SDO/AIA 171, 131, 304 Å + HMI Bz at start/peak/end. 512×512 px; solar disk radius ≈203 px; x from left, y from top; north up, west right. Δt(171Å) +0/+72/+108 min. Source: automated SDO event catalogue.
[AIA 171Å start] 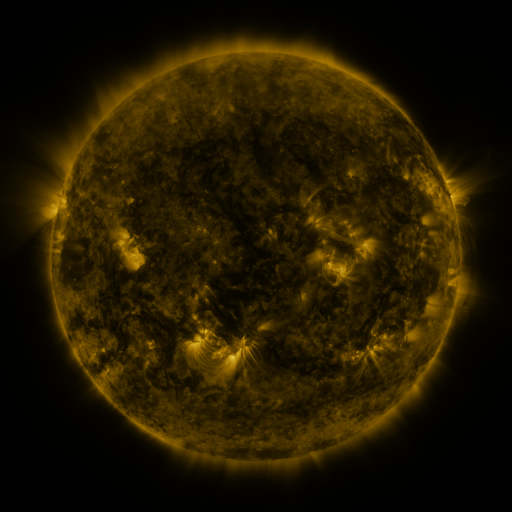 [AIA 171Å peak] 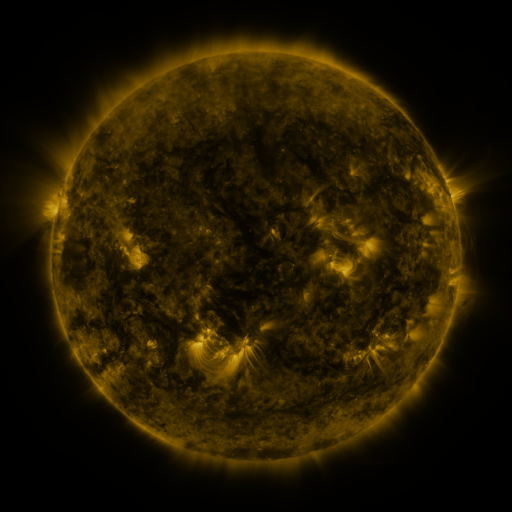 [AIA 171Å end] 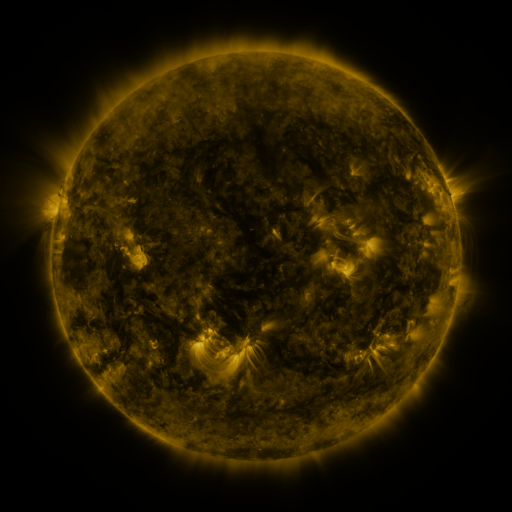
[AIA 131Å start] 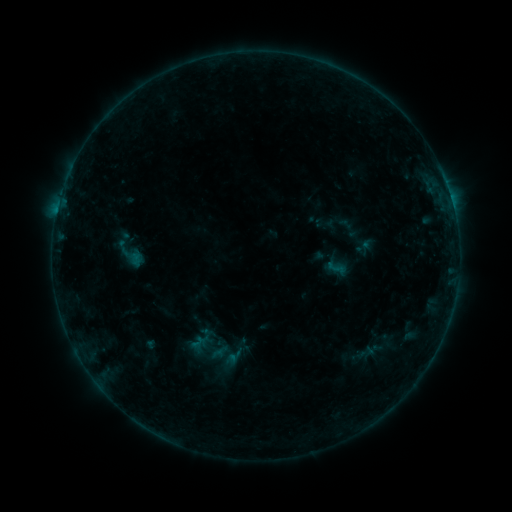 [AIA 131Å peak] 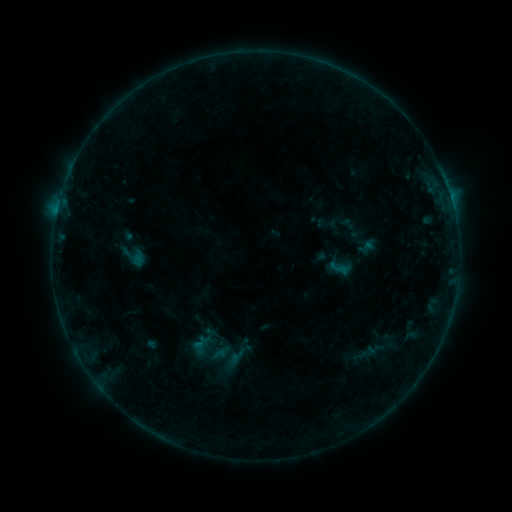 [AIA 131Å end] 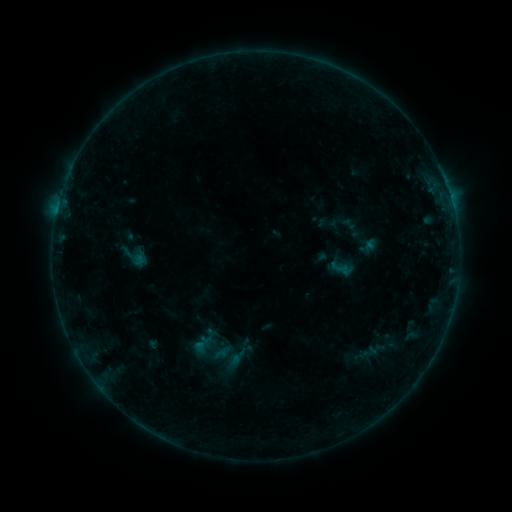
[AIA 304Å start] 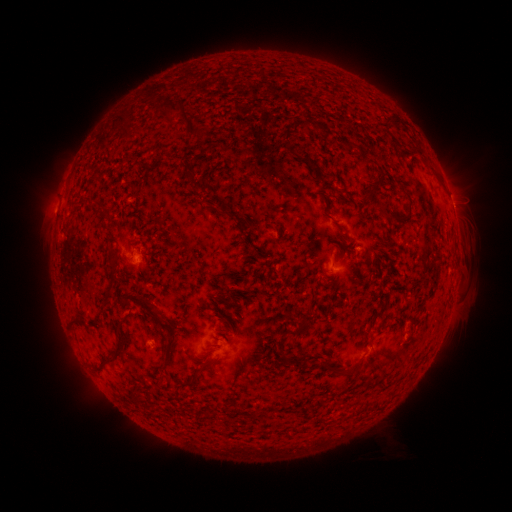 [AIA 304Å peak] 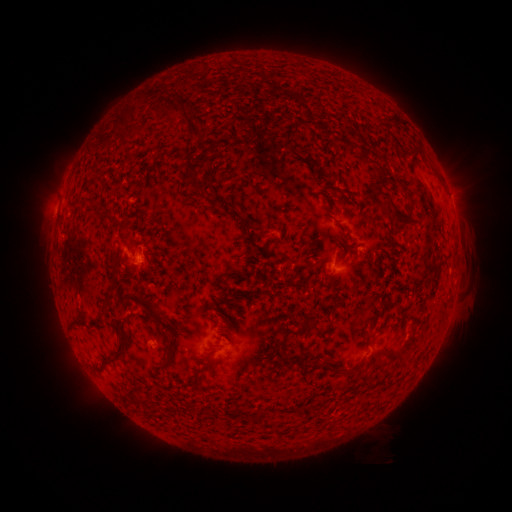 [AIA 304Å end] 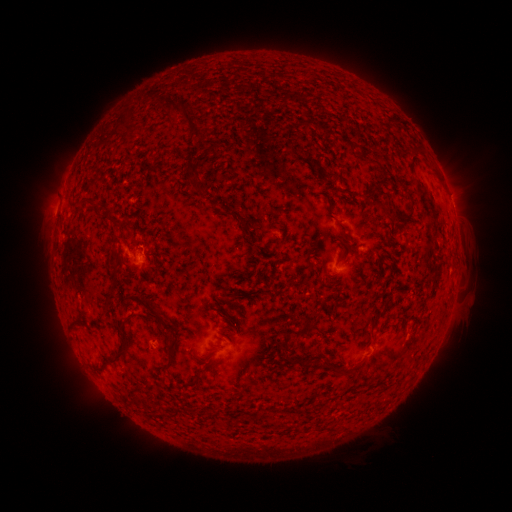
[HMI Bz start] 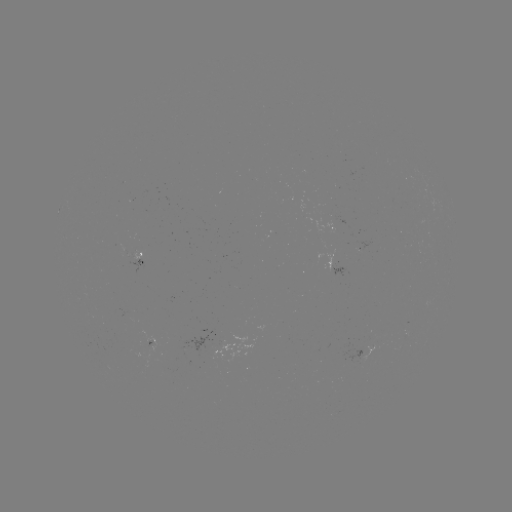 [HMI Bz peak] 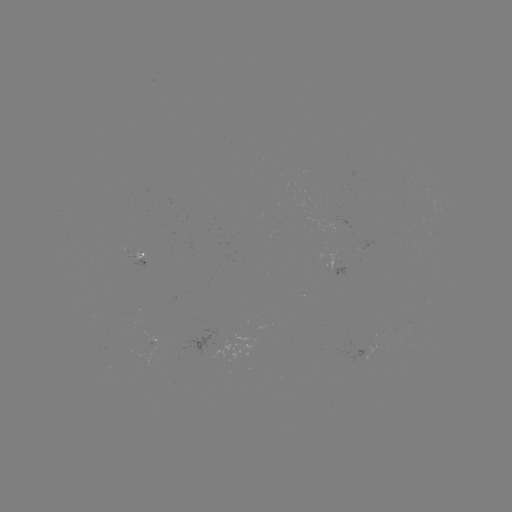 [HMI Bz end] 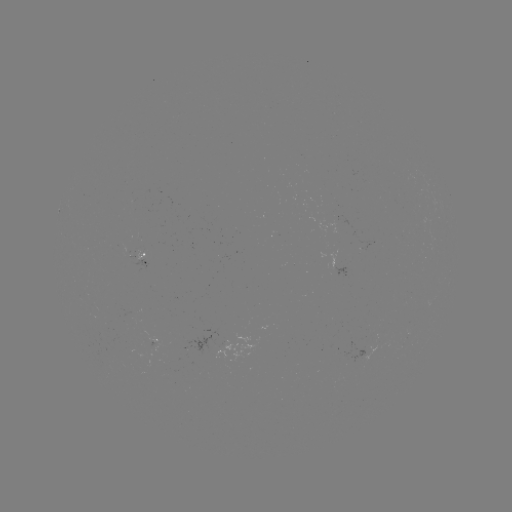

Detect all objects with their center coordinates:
emerging-flux region: (364, 248)
